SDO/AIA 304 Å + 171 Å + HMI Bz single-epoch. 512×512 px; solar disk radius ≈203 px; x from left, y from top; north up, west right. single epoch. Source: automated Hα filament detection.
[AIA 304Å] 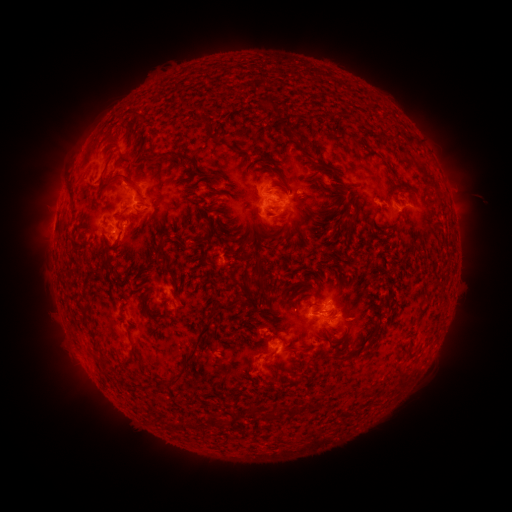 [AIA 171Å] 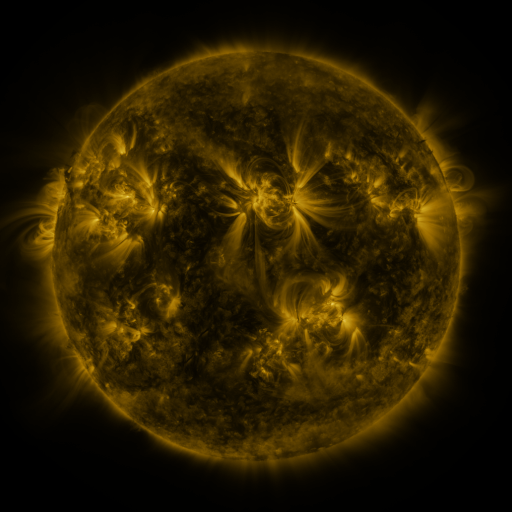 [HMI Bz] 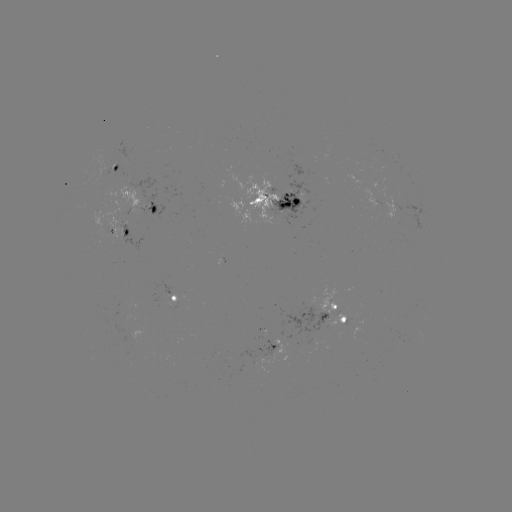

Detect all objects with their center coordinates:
filament: [214, 93, 233, 105]
filament: [259, 102, 307, 124]
filament: [183, 111, 221, 135]
filament: [249, 118, 287, 140]
filament: [286, 128, 327, 159]
filament: [346, 133, 356, 142]
filament: [182, 144, 226, 230]
filament: [305, 148, 322, 160]
filament: [147, 154, 175, 184]
filament: [287, 157, 327, 197]
filament: [252, 166, 291, 214]
filament: [302, 166, 337, 195]
filament: [206, 170, 261, 217]
filament: [108, 173, 142, 204]
filament: [149, 182, 183, 217]
filament: [177, 183, 195, 197]
filament: [295, 185, 344, 241]
filament: [298, 192, 315, 208]
filament: [121, 198, 139, 212]
filament: [328, 200, 358, 240]
filament: [152, 204, 185, 261]
filament: [225, 205, 237, 217]
filament: [224, 209, 254, 239]
filament: [162, 210, 179, 232]
filament: [227, 211, 286, 279]
filament: [115, 212, 132, 228]
filament: [180, 213, 220, 251]
filament: [383, 219, 398, 231]
filament: [316, 221, 327, 231]
filament: [253, 223, 266, 235]
filament: [268, 232, 292, 275]
filament: [213, 234, 243, 246]
filament: [190, 247, 205, 265]
filament: [162, 252, 172, 261]
filament: [354, 253, 366, 263]
filament: [231, 257, 268, 314]
filament: [124, 261, 149, 290]
filament: [286, 261, 296, 271]
filament: [99, 262, 113, 291]
filament: [267, 267, 308, 311]
filament: [146, 279, 157, 289]
filament: [117, 285, 138, 303]
filament: [156, 293, 171, 314]
filament: [250, 301, 265, 311]
filament: [414, 303, 429, 323]
filament: [79, 308, 88, 327]
filament: [264, 311, 274, 323]
filament: [366, 314, 382, 332]
filament: [126, 323, 136, 359]
filament: [158, 375, 182, 392]
filament: [305, 399, 317, 412]
filament: [246, 402, 259, 416]
filament: [284, 402, 301, 416]
